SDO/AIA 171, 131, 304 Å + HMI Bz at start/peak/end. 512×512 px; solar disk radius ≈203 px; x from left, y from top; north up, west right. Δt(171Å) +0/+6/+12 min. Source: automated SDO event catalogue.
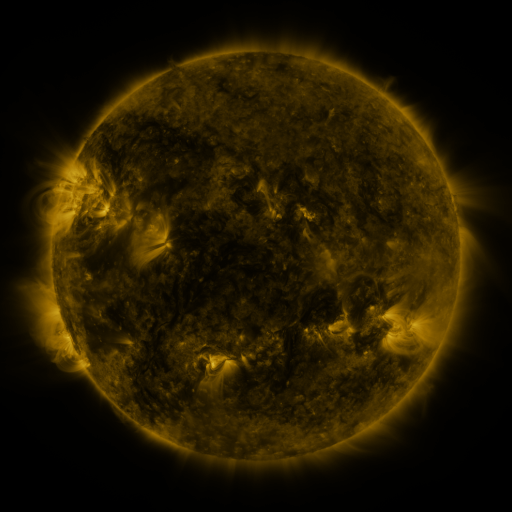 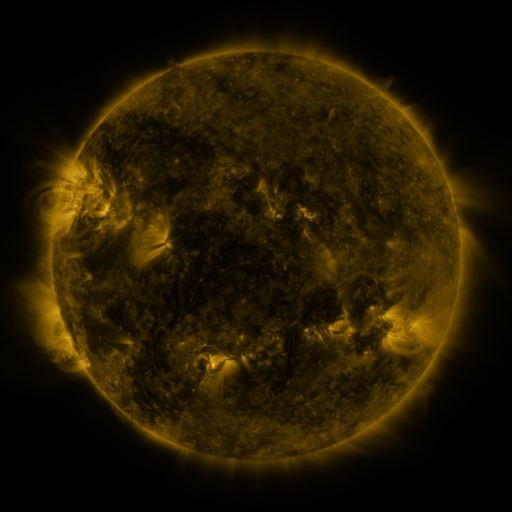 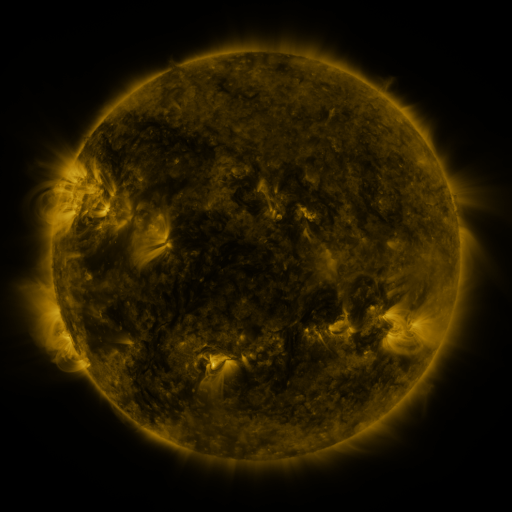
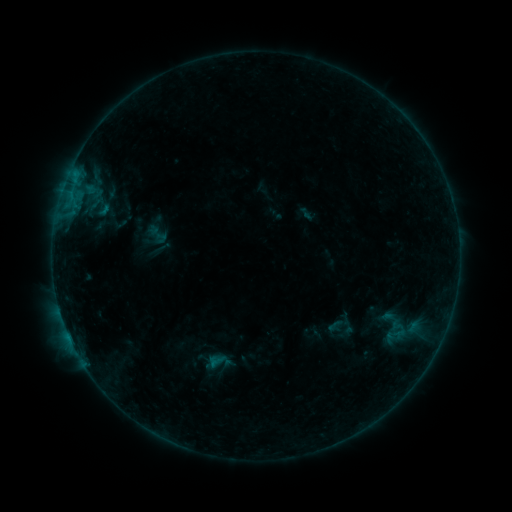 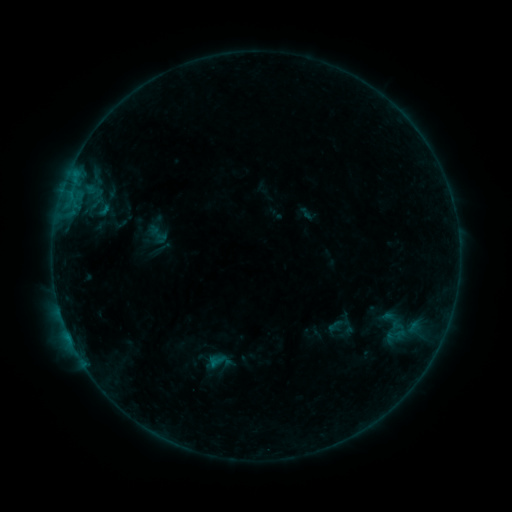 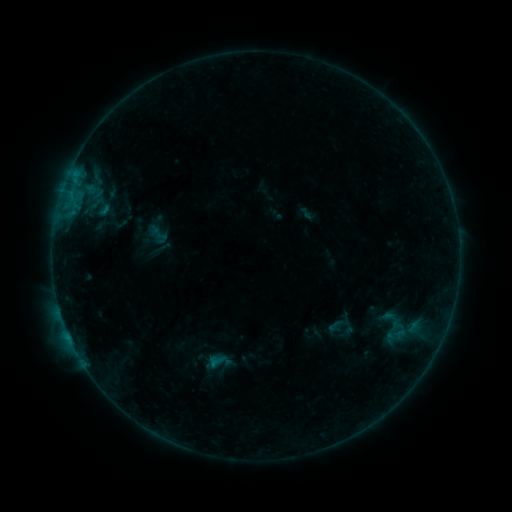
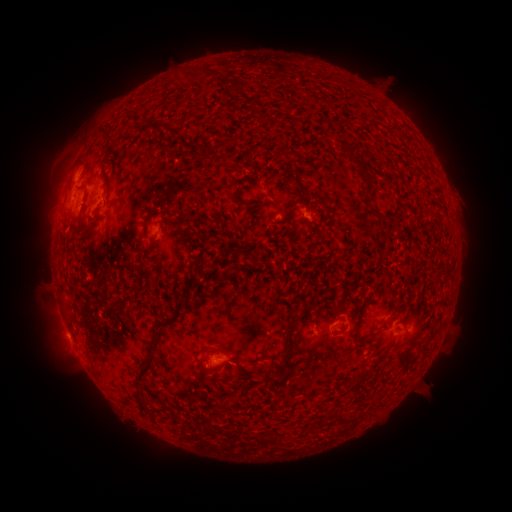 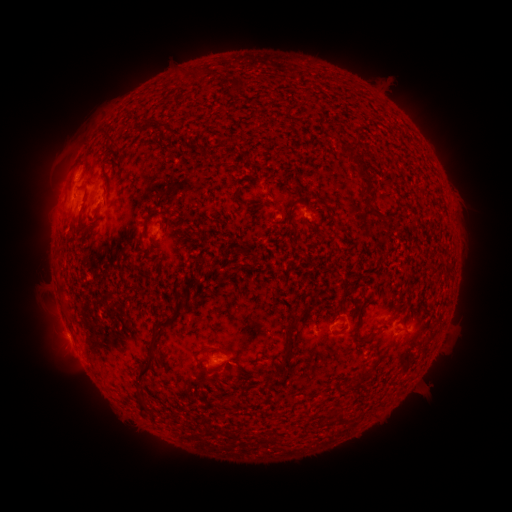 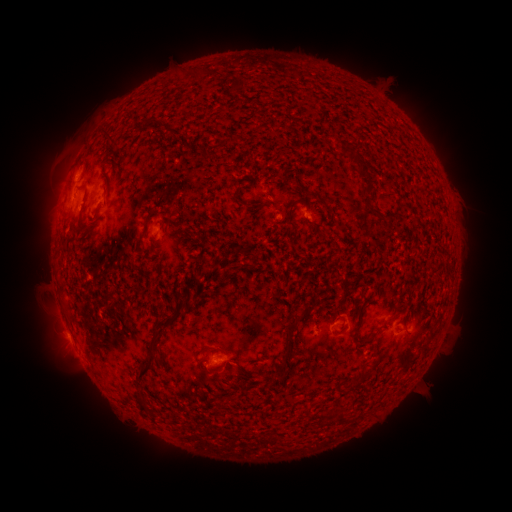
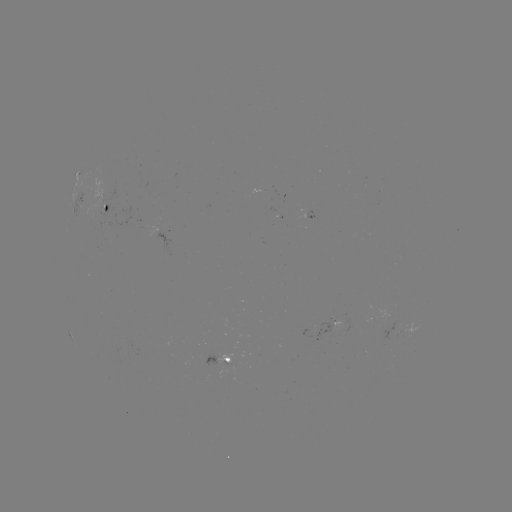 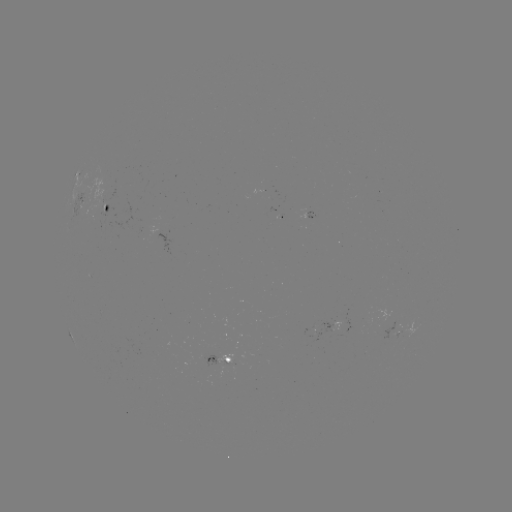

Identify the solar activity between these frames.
no catalogued flare and no flagged EUV brightening in this window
